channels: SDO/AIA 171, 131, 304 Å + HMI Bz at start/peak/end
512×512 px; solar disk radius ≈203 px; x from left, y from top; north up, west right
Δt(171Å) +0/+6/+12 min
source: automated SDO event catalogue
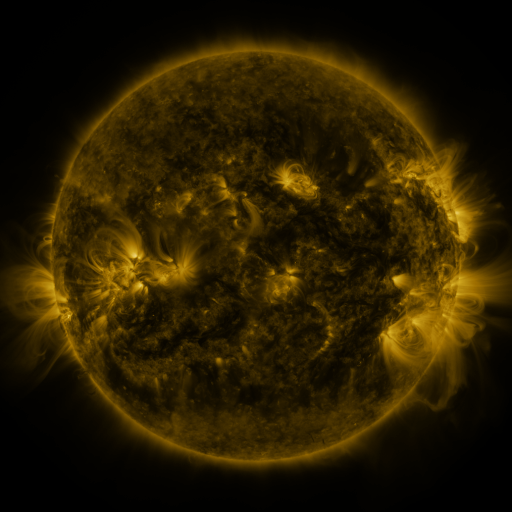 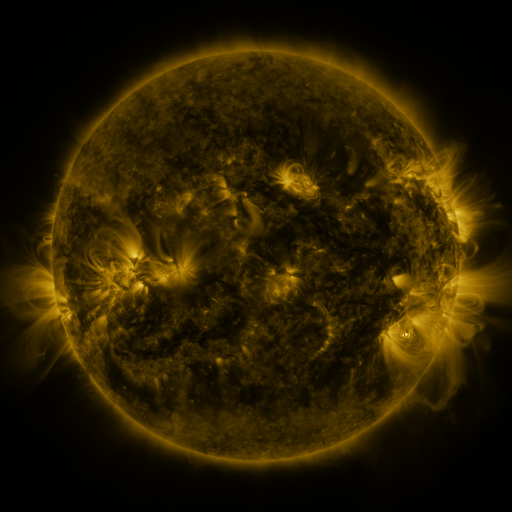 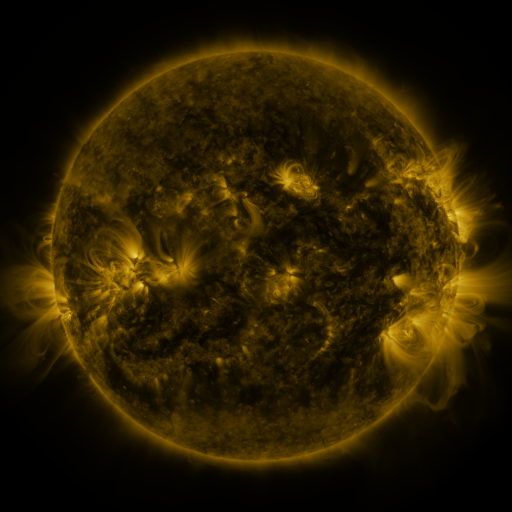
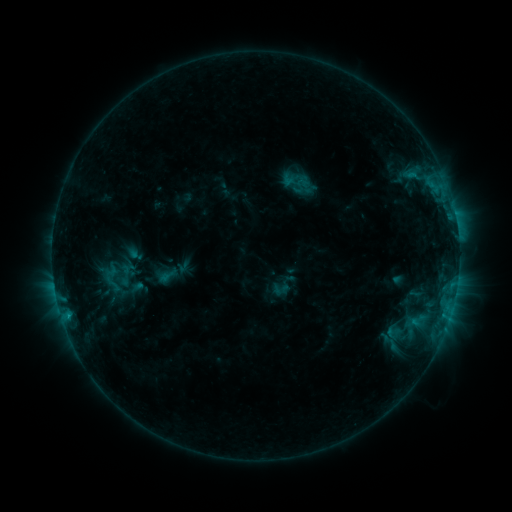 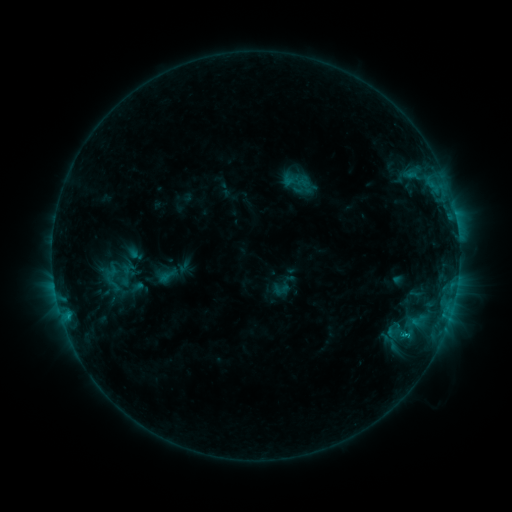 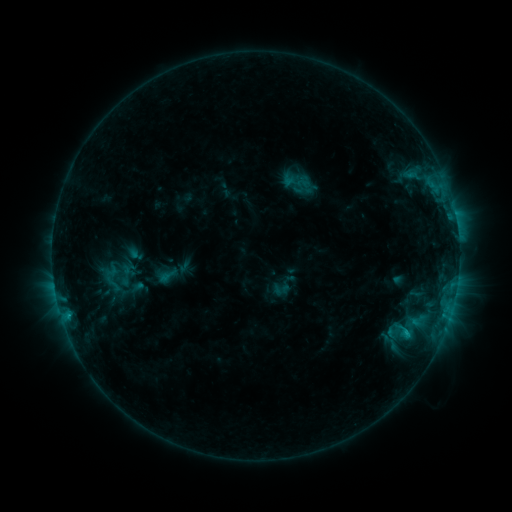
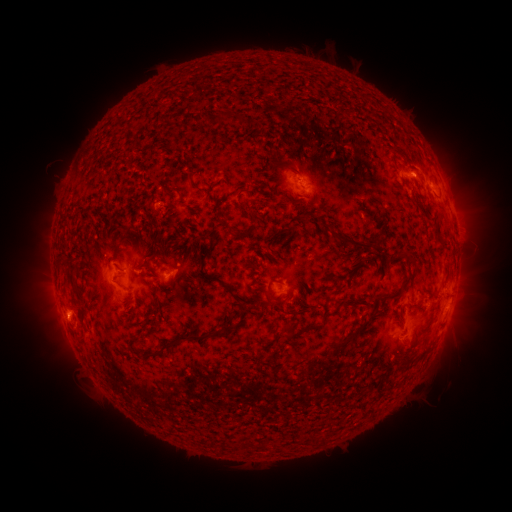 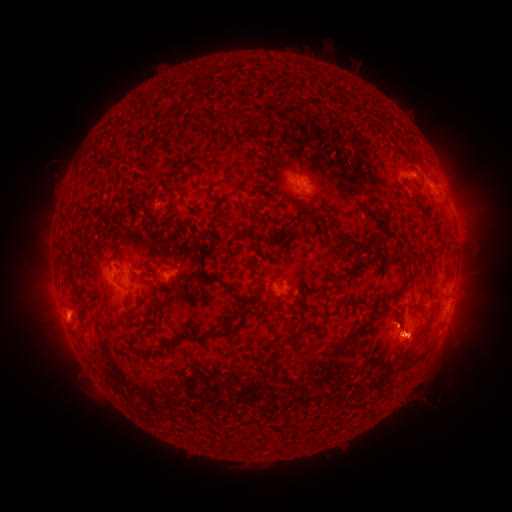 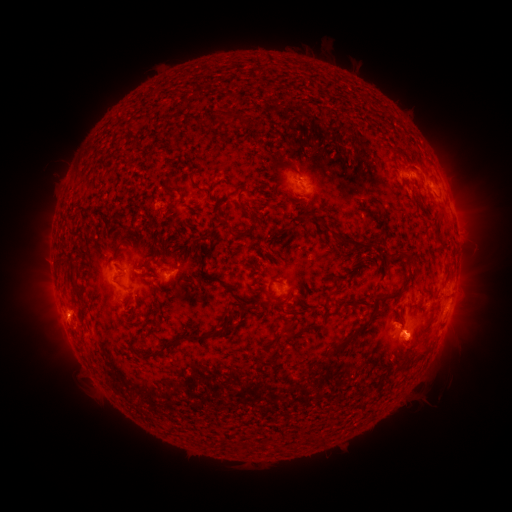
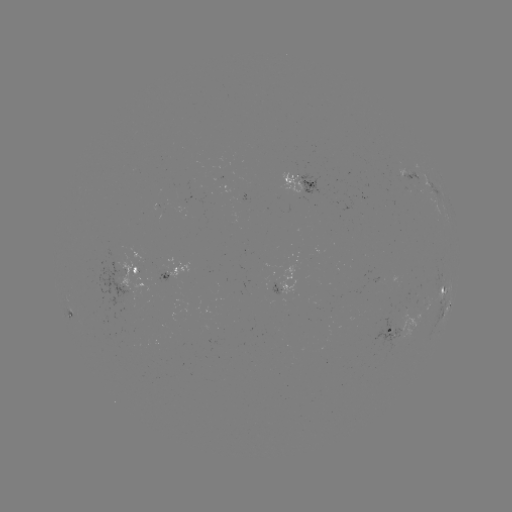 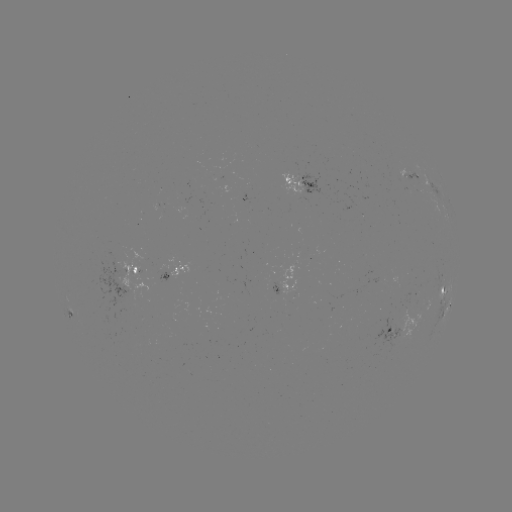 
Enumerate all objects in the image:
C1.6 flare: (406, 334)
